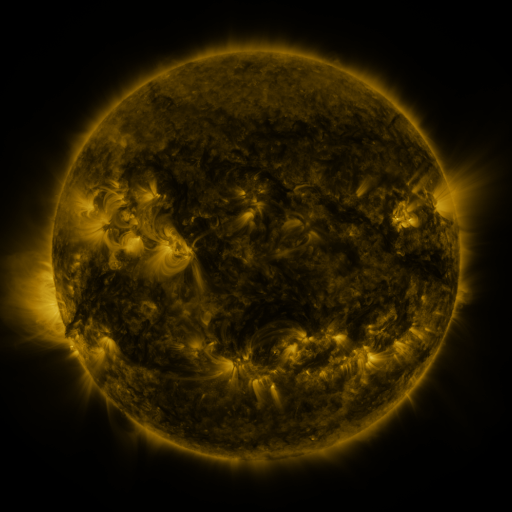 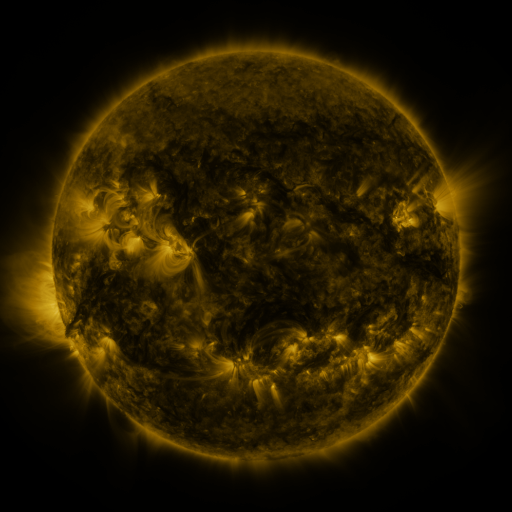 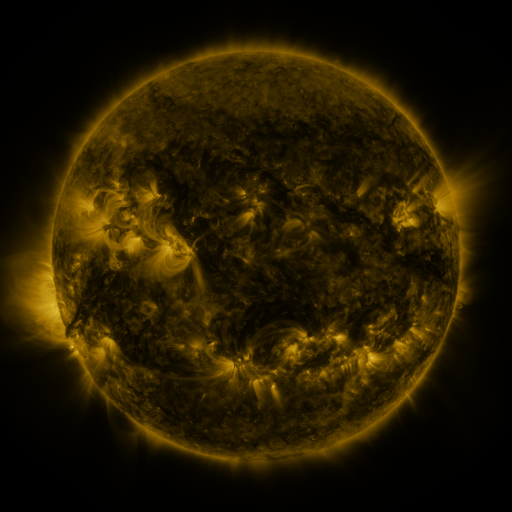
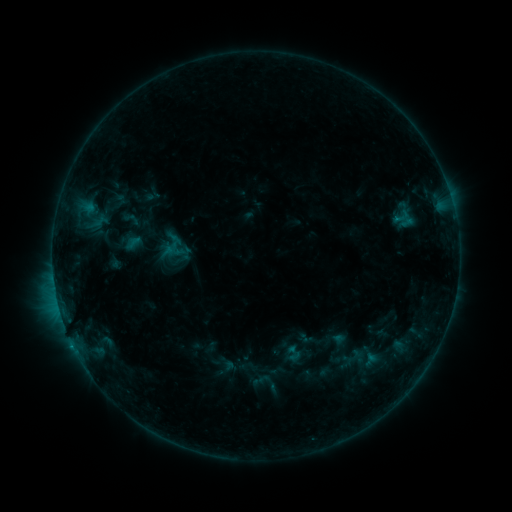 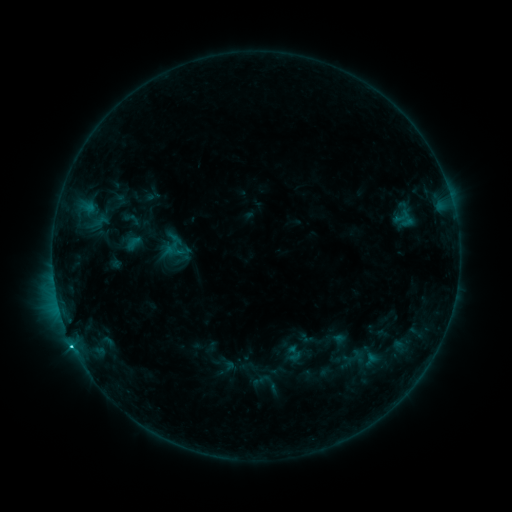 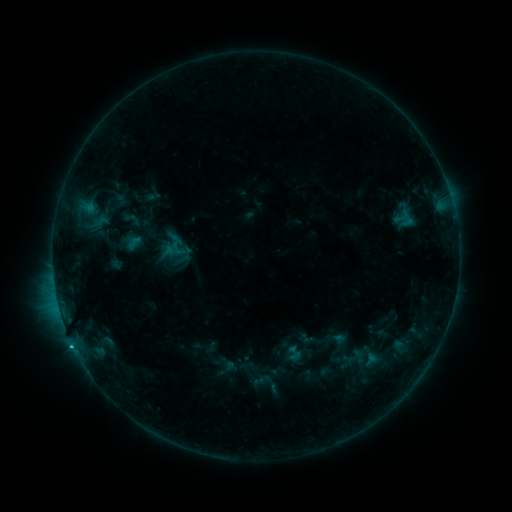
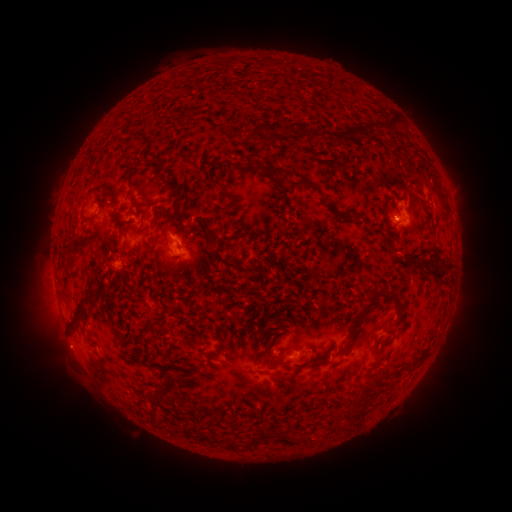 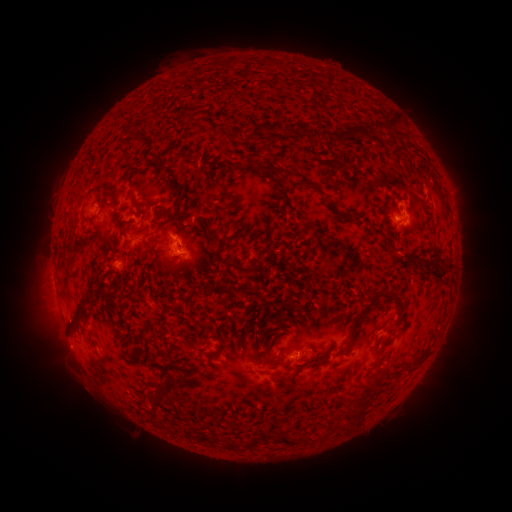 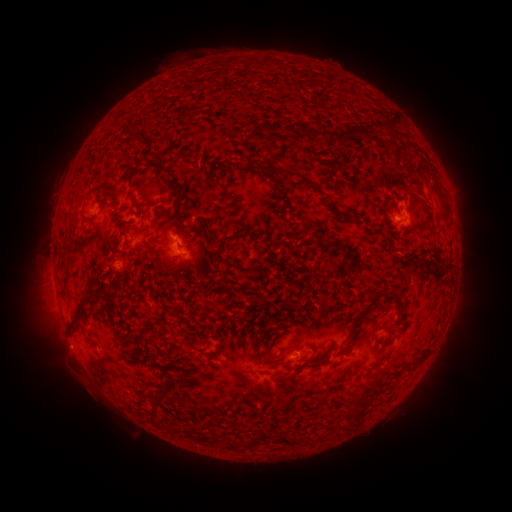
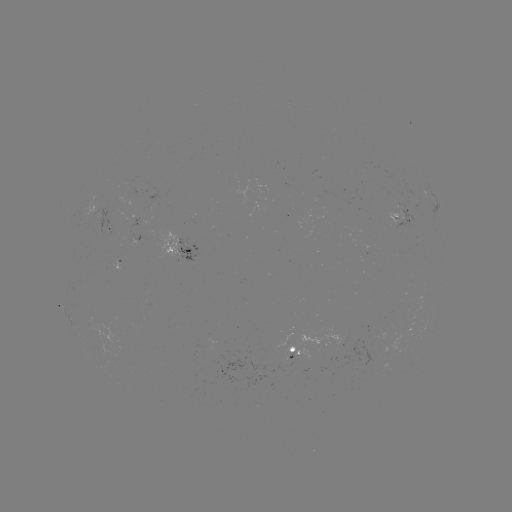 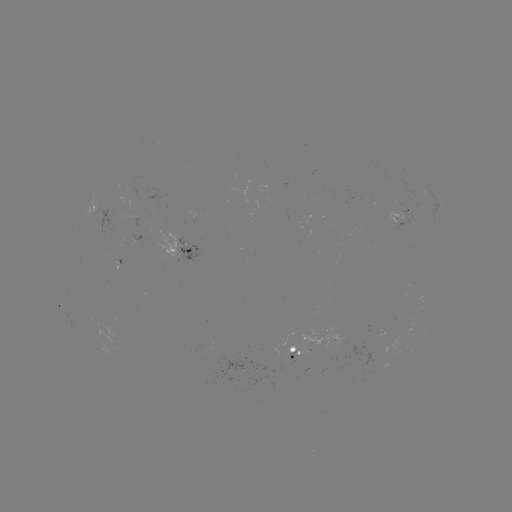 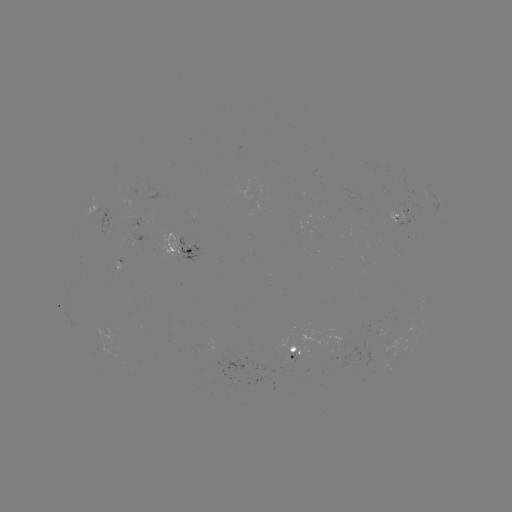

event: flare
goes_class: C1.0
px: (72, 342)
